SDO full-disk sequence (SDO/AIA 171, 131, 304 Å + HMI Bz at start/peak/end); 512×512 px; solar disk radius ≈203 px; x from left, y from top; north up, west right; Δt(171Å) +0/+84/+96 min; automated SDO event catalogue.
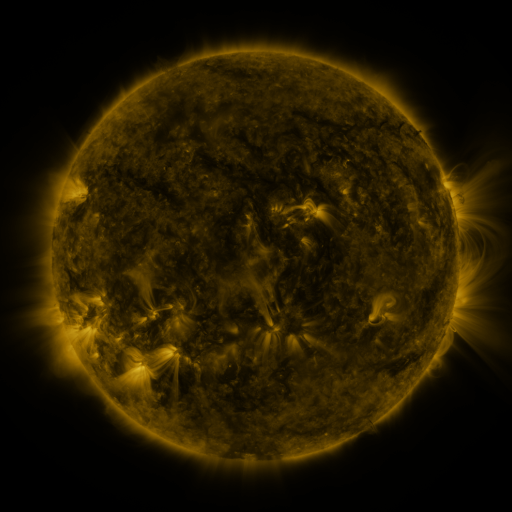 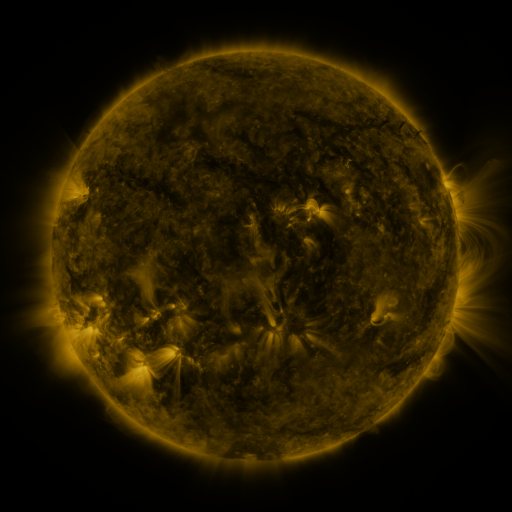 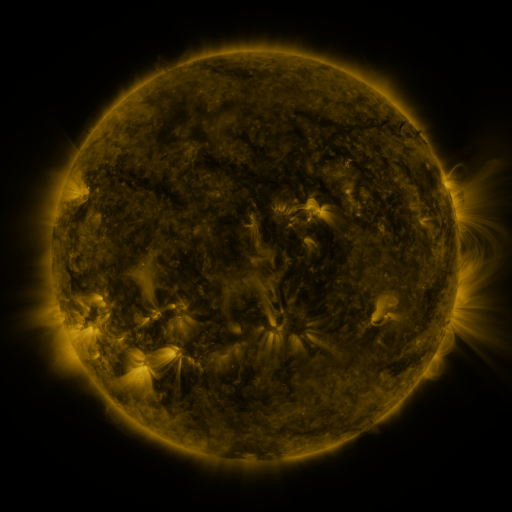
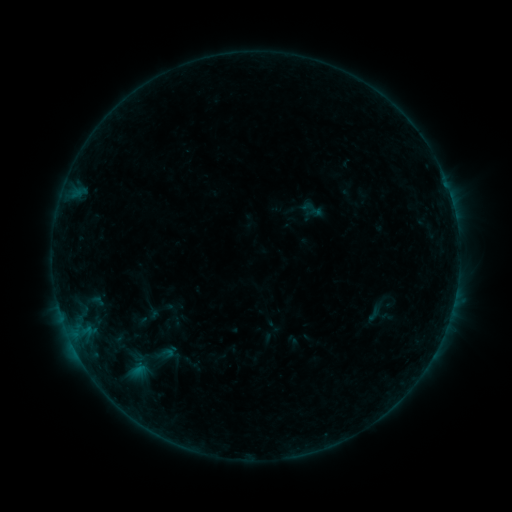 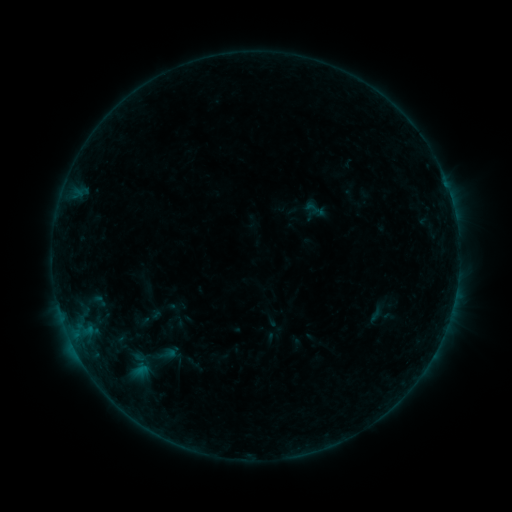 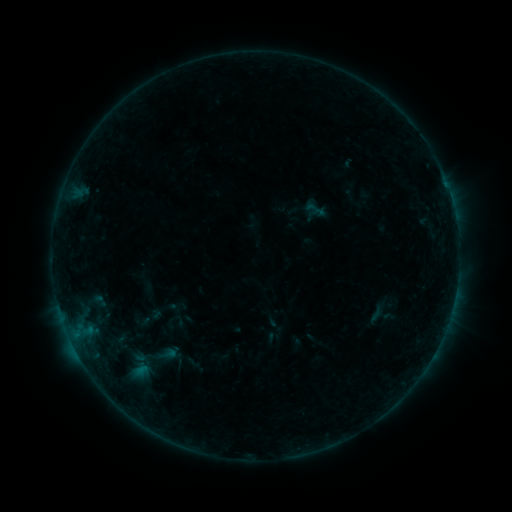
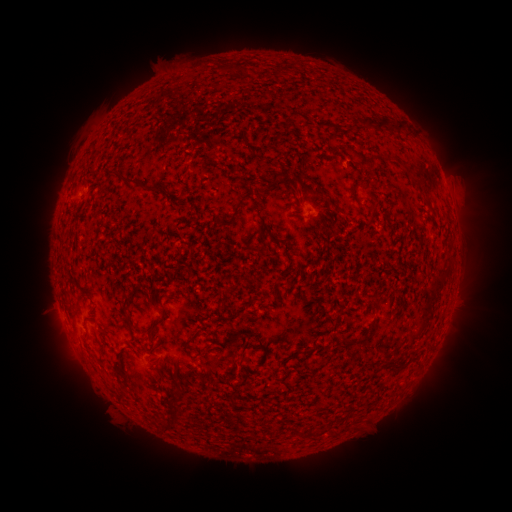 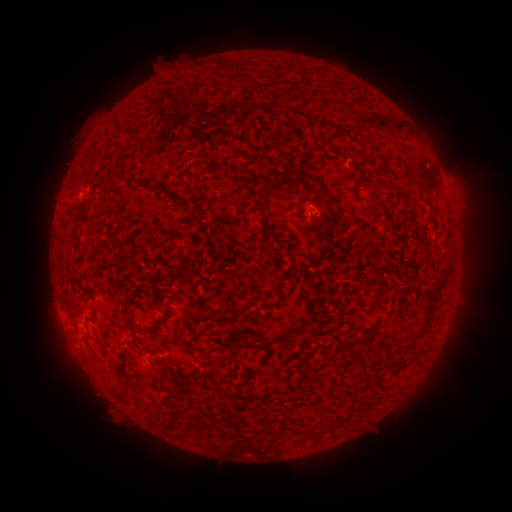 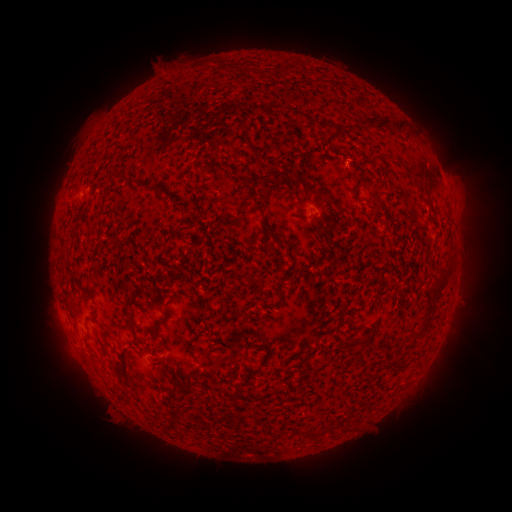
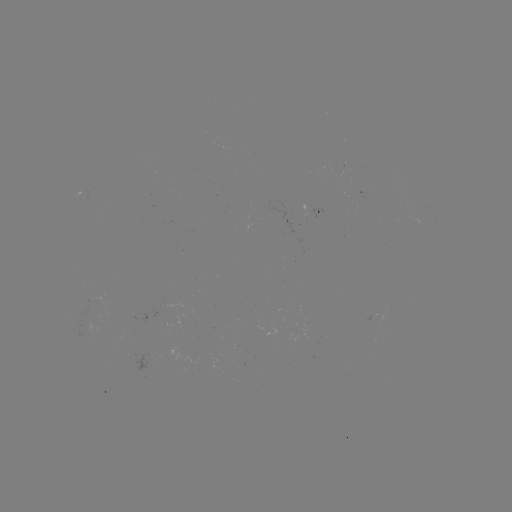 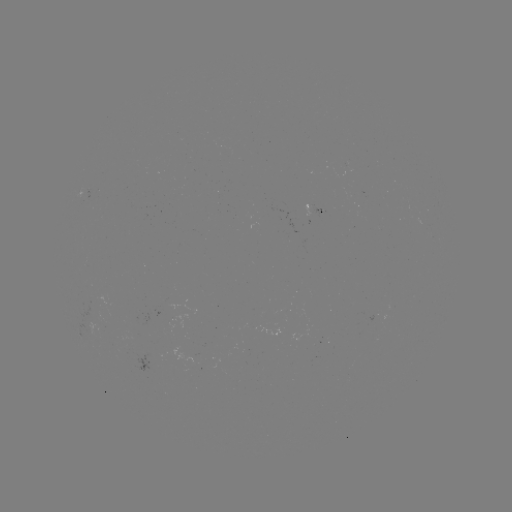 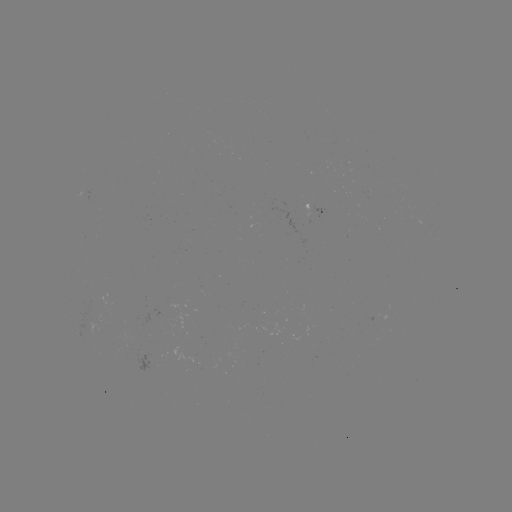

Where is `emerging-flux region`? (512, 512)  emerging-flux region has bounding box [302, 203, 311, 216].